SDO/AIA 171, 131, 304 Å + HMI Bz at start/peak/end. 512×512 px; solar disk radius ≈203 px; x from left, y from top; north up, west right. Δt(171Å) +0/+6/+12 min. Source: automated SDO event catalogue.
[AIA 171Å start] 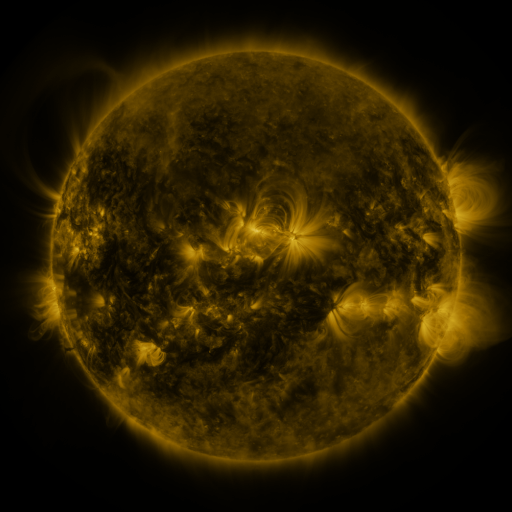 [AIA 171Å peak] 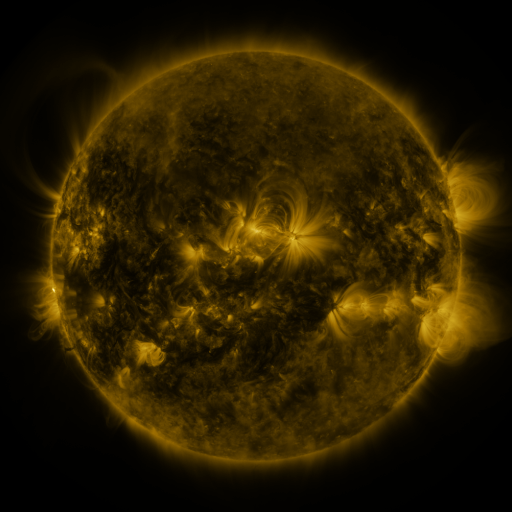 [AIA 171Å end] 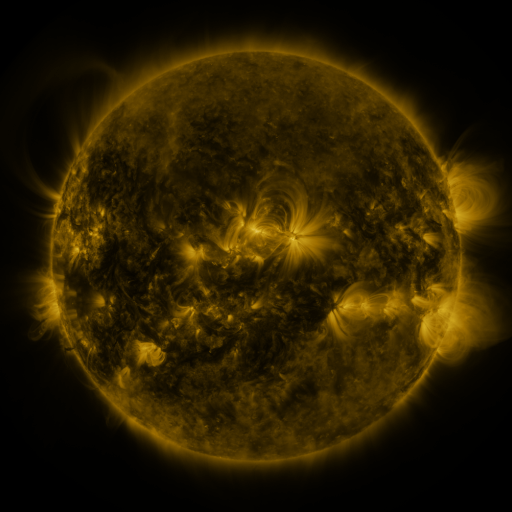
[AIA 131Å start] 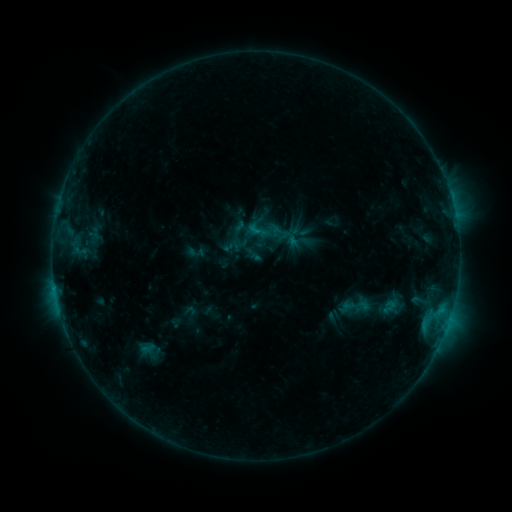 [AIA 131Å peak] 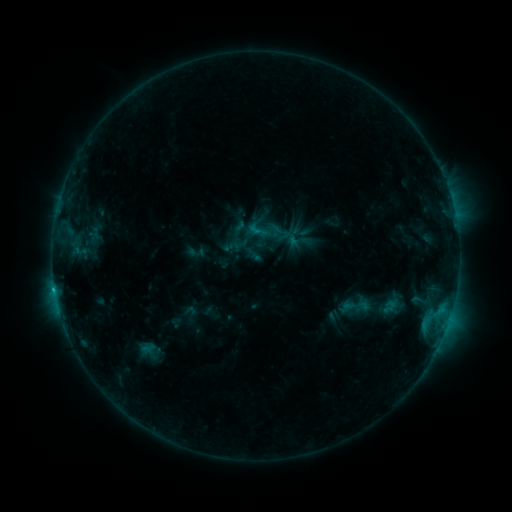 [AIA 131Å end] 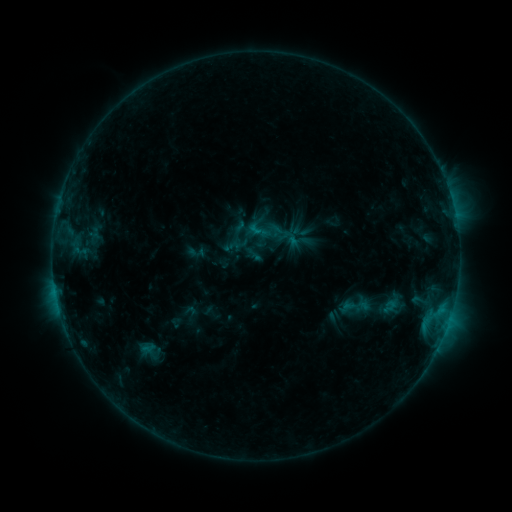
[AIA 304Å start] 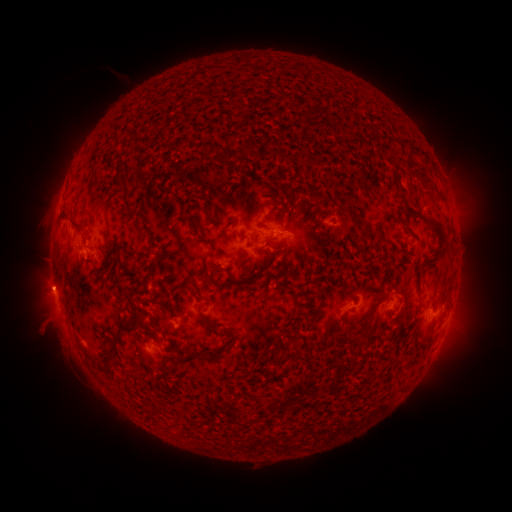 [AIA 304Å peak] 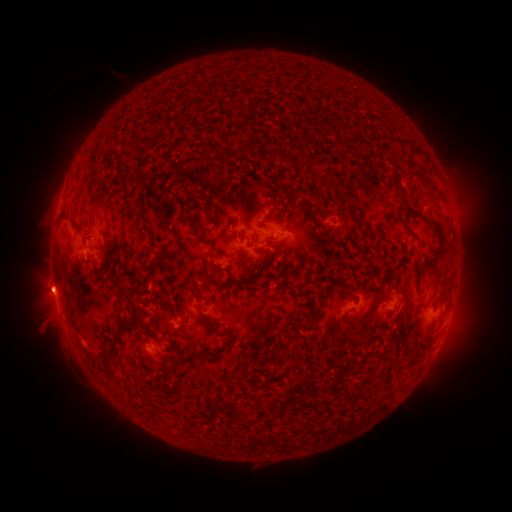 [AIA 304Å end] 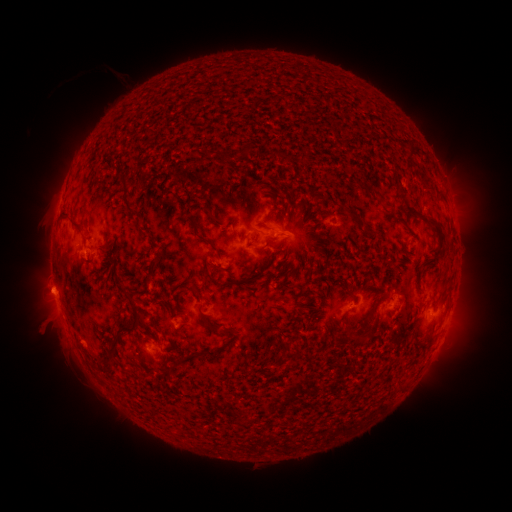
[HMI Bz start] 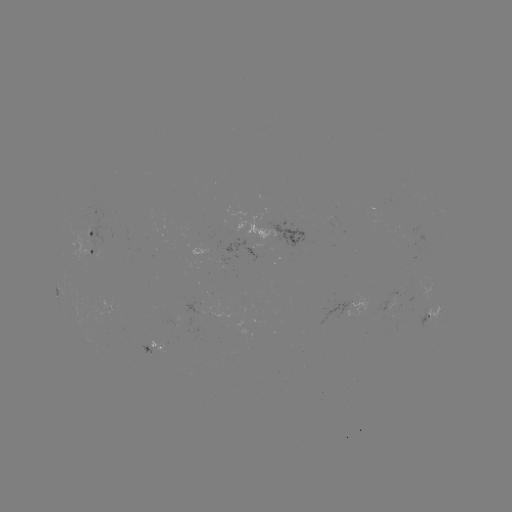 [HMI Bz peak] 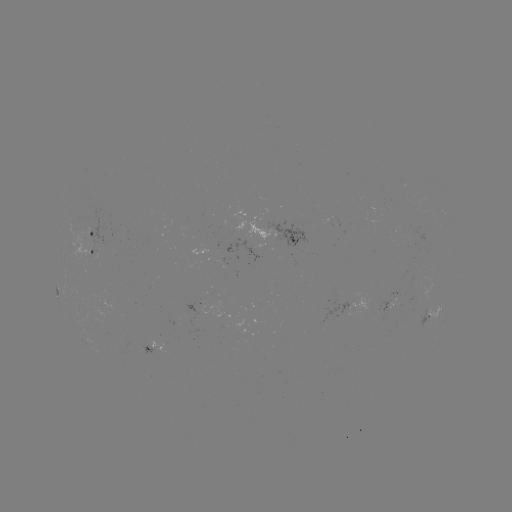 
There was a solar eruption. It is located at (48, 288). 